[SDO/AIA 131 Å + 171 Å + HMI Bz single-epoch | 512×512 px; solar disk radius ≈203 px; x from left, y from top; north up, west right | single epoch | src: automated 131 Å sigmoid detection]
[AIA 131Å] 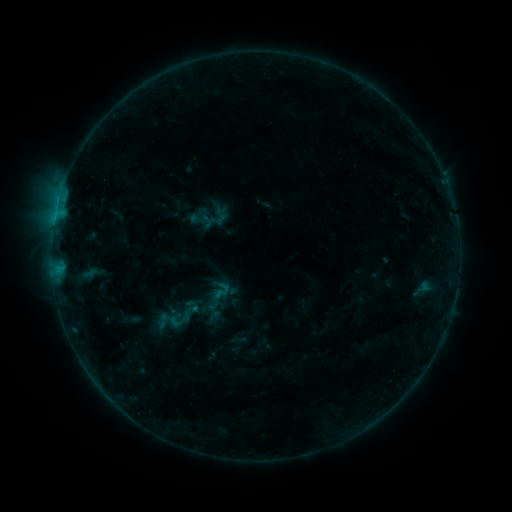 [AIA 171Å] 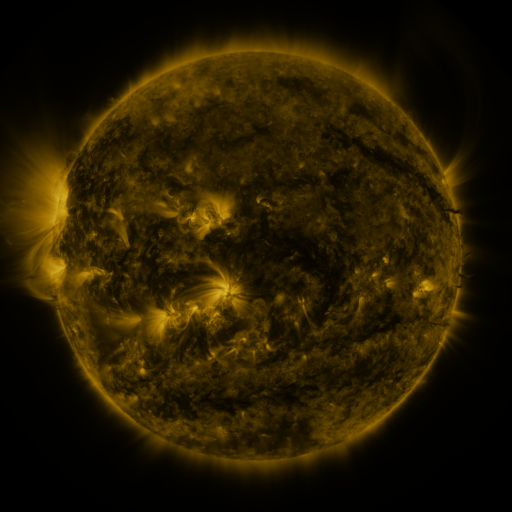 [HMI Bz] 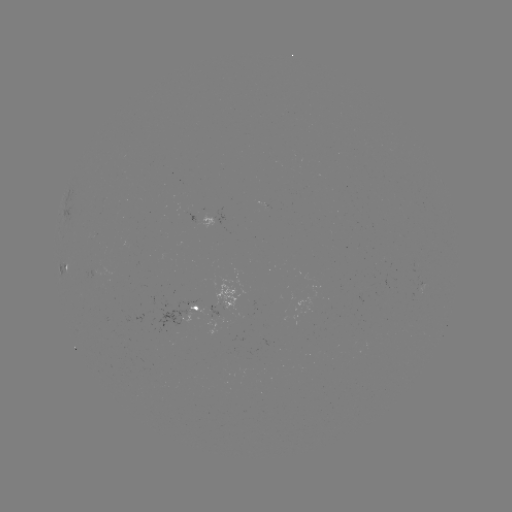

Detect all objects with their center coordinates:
sigmoid: (222, 291)
sigmoid: (182, 314)
